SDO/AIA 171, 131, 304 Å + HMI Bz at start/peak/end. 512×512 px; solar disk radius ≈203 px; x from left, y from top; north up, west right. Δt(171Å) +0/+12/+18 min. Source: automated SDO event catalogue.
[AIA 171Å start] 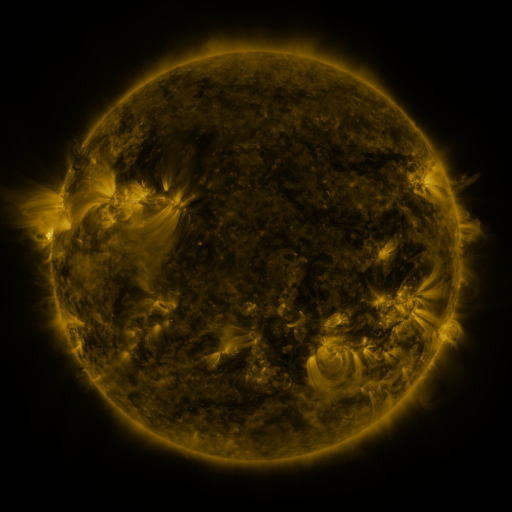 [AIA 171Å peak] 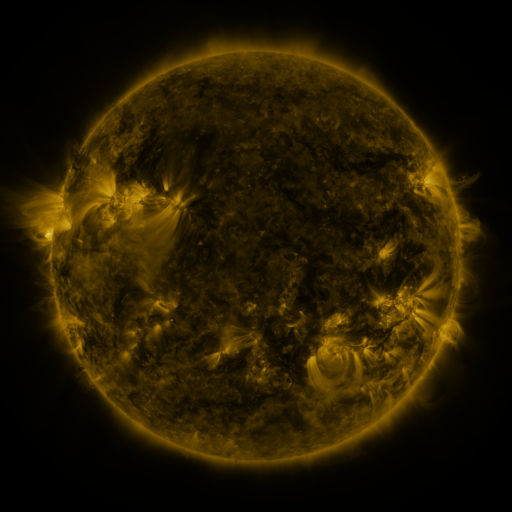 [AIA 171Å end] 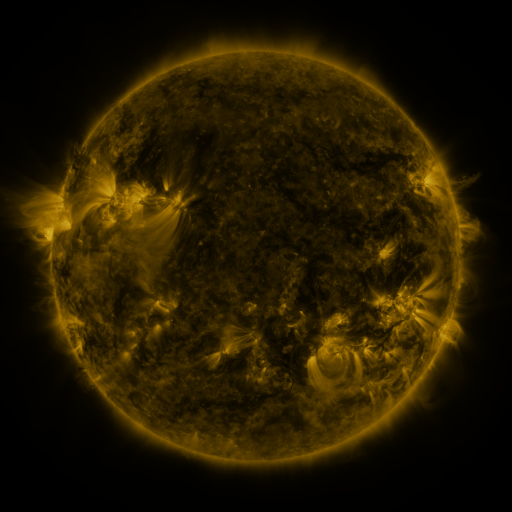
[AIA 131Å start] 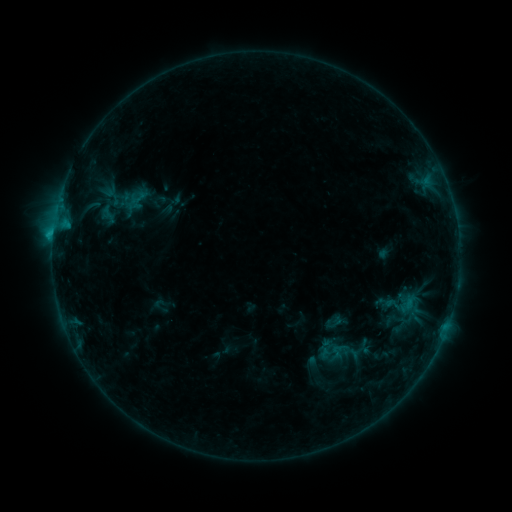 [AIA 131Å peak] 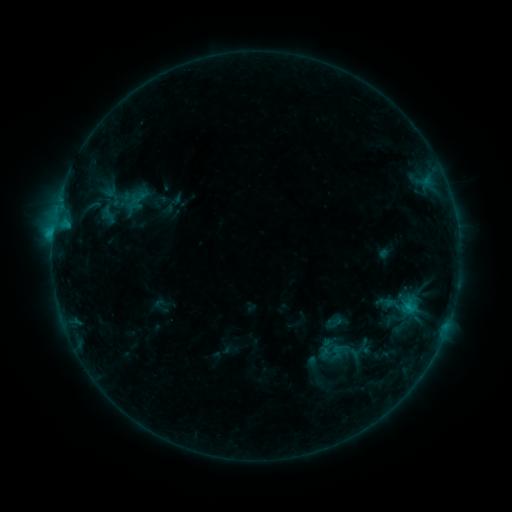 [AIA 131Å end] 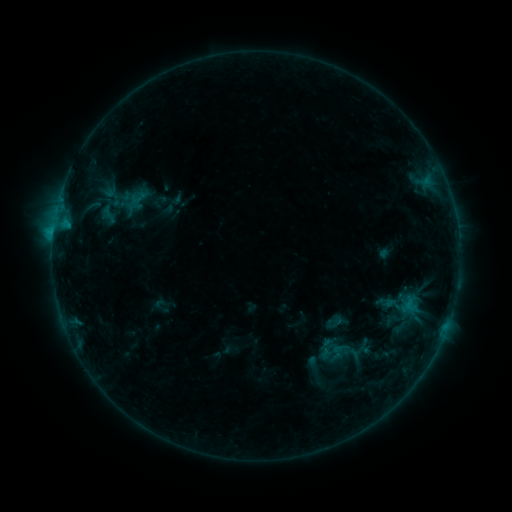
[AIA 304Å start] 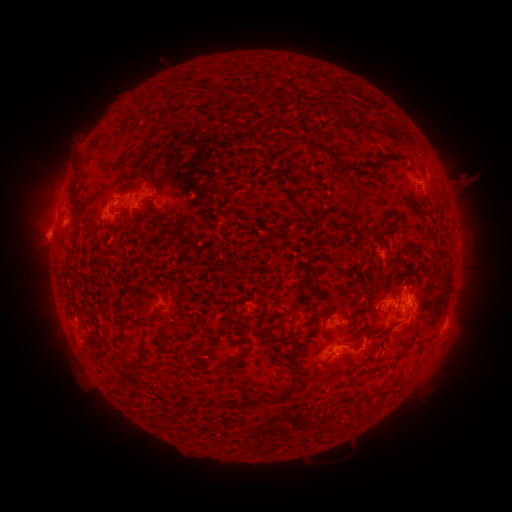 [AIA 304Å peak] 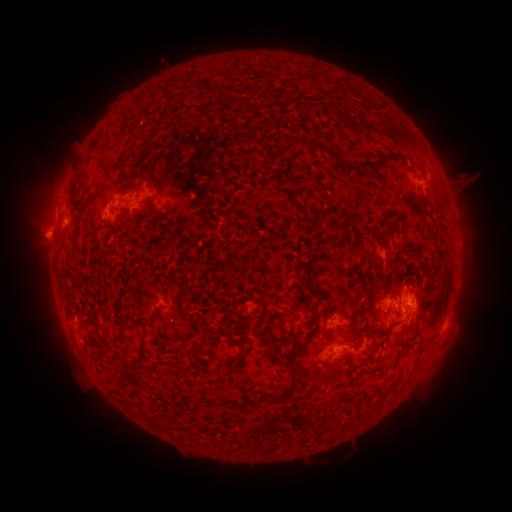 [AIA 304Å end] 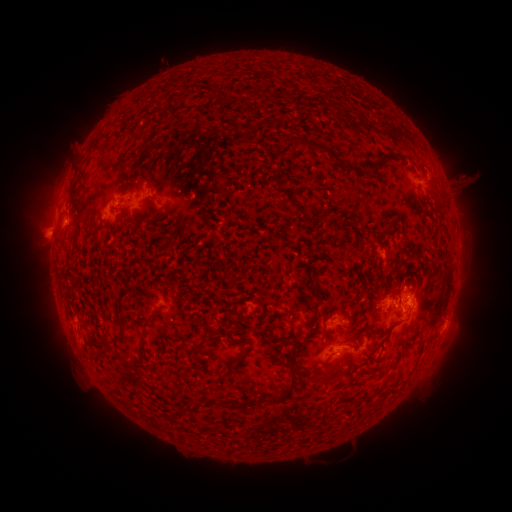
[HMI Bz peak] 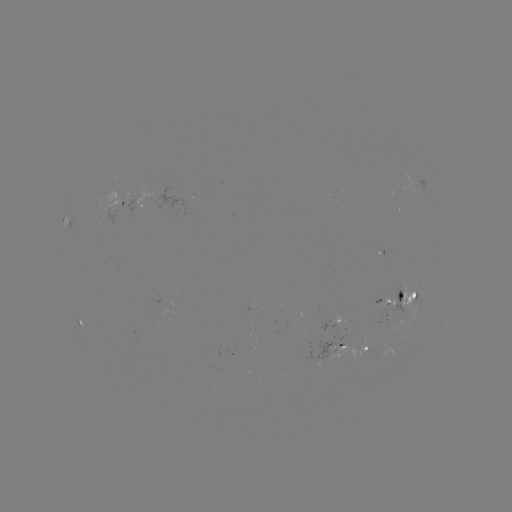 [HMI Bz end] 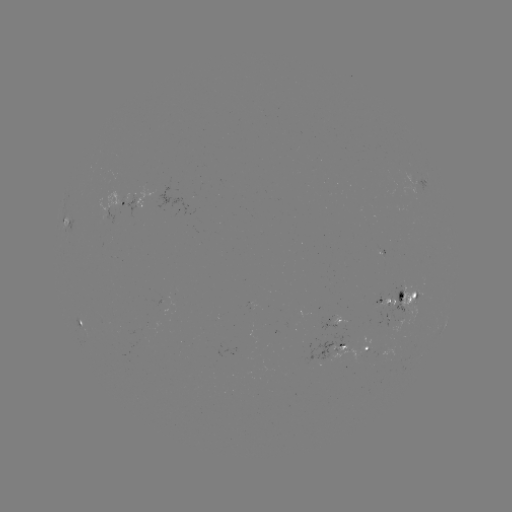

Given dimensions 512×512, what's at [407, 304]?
B7.8 flare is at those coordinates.